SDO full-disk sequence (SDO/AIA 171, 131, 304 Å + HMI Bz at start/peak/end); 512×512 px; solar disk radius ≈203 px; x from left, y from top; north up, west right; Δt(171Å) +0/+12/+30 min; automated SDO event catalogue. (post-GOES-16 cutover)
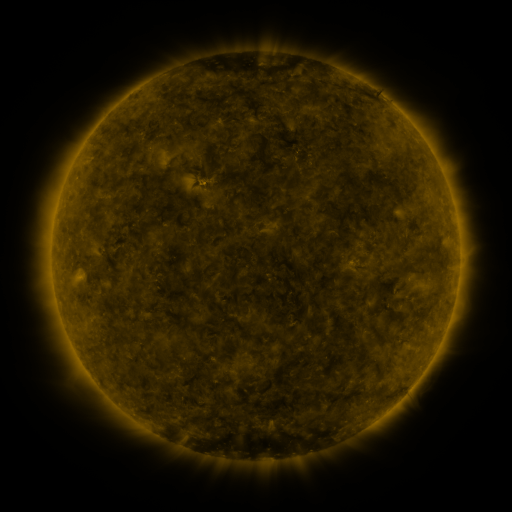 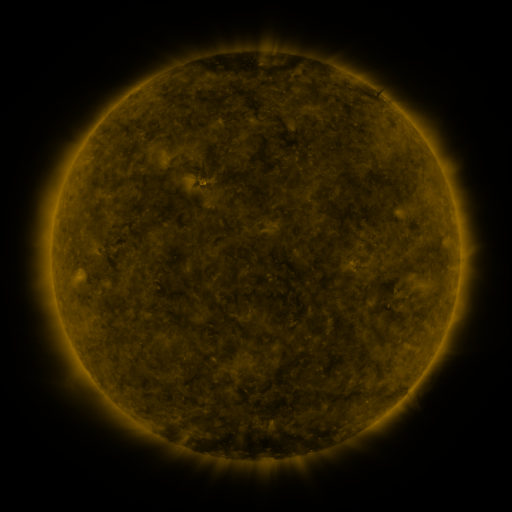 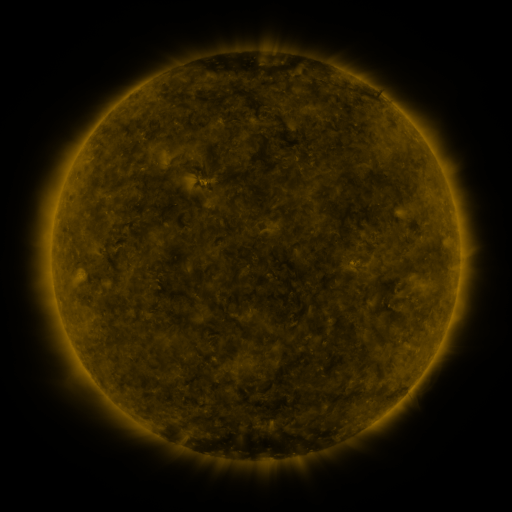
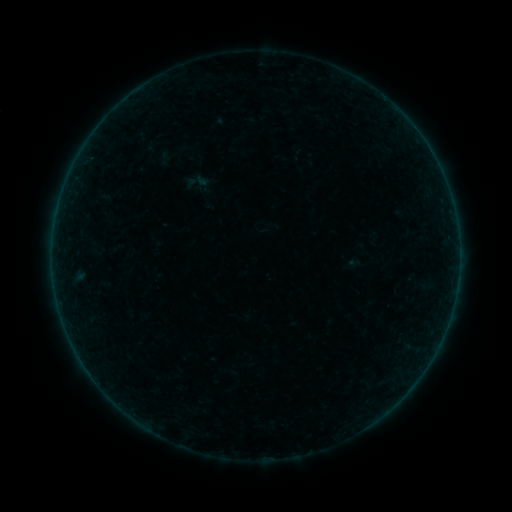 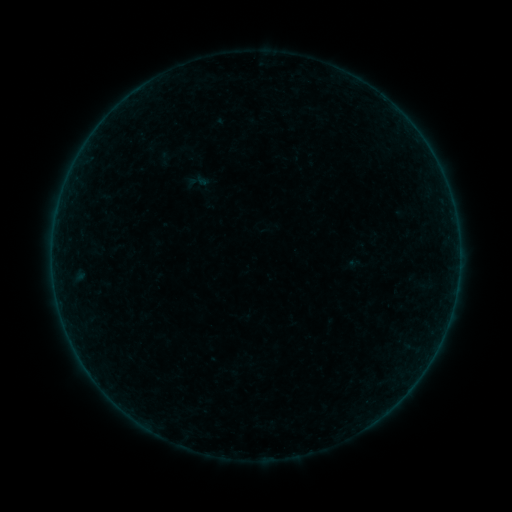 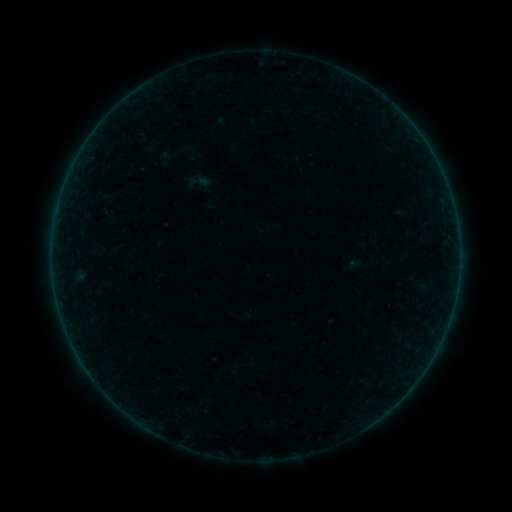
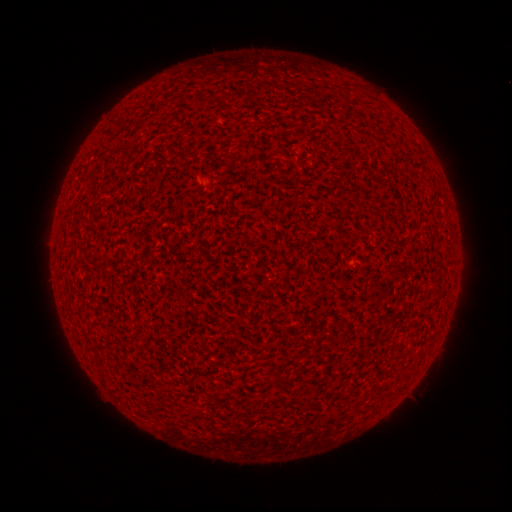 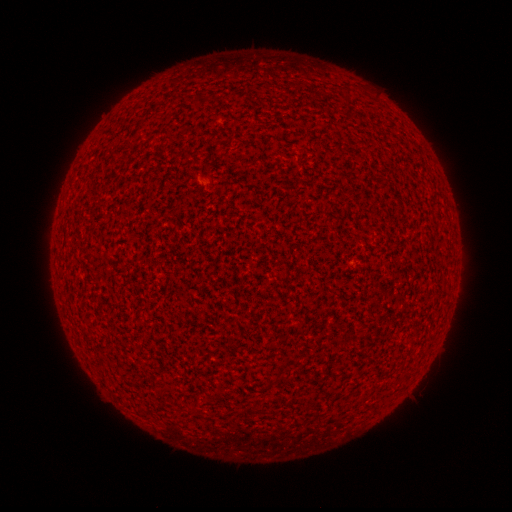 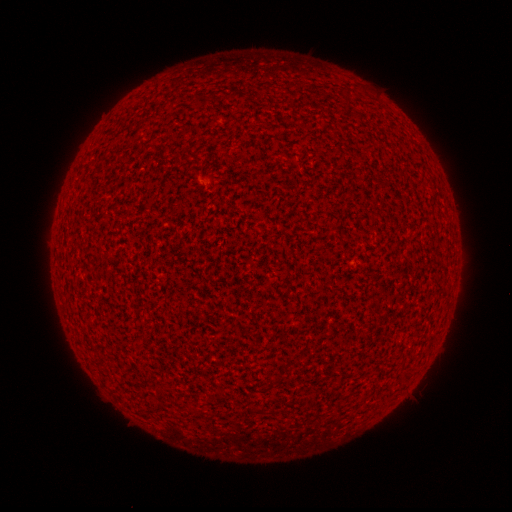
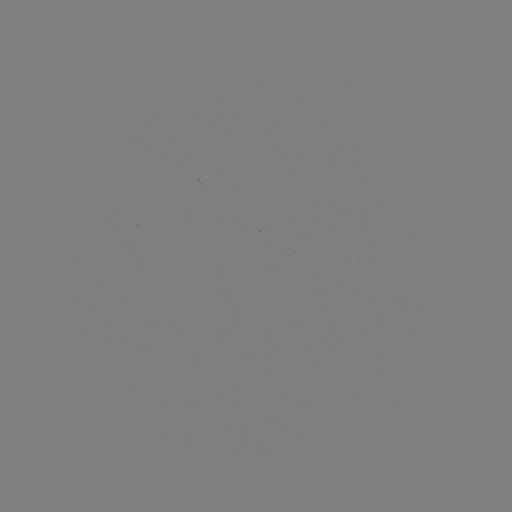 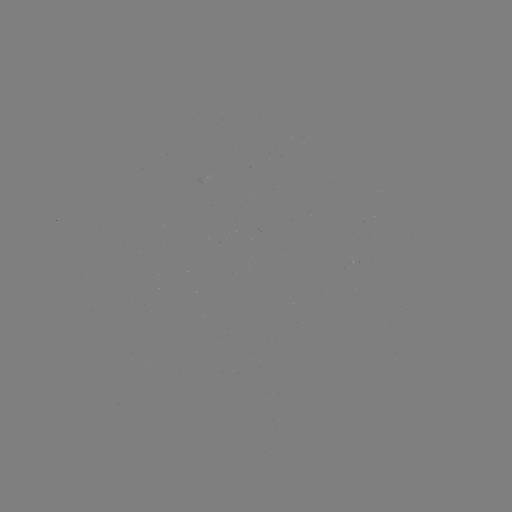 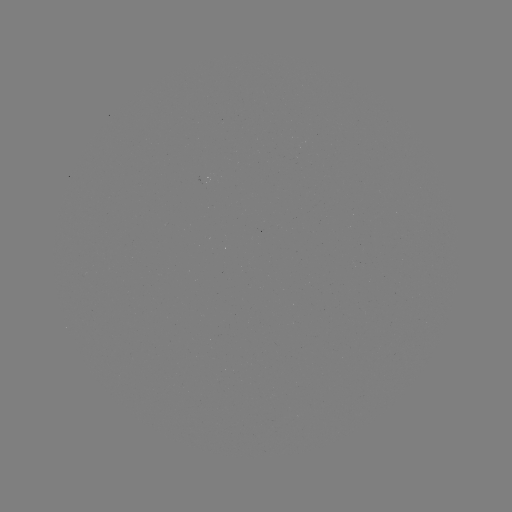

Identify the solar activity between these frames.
no classed flare was catalogued and no EUV brightening was flagged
